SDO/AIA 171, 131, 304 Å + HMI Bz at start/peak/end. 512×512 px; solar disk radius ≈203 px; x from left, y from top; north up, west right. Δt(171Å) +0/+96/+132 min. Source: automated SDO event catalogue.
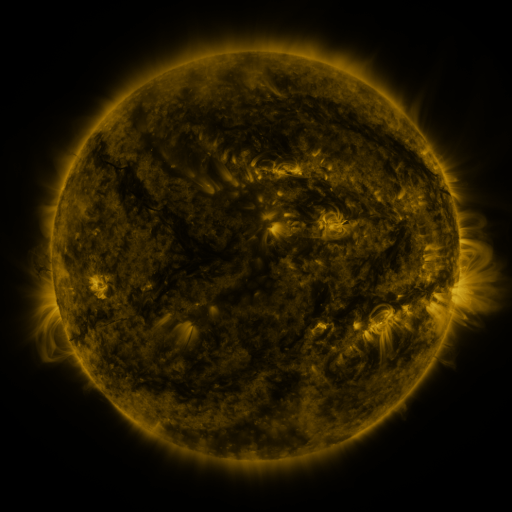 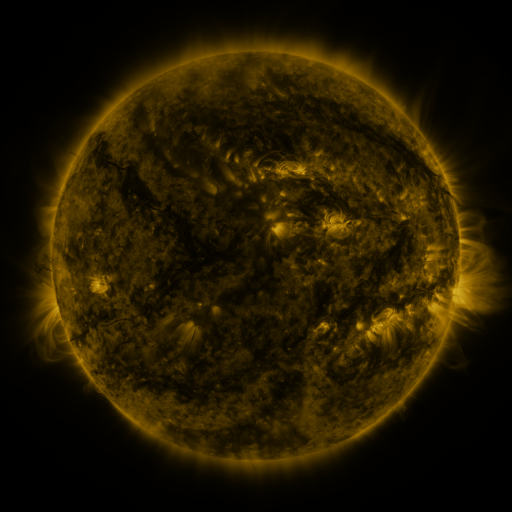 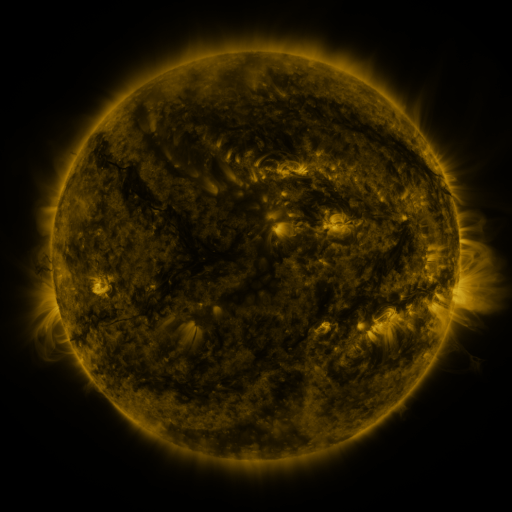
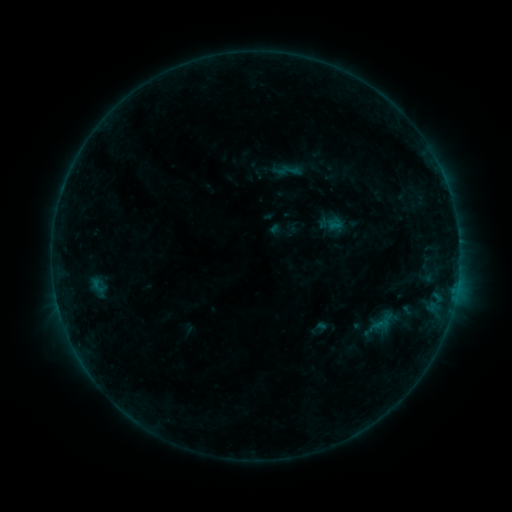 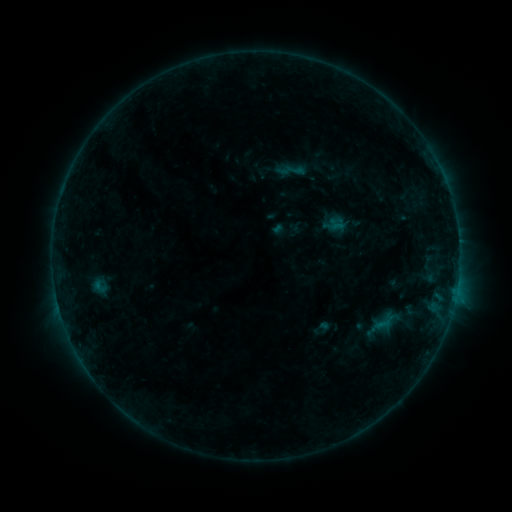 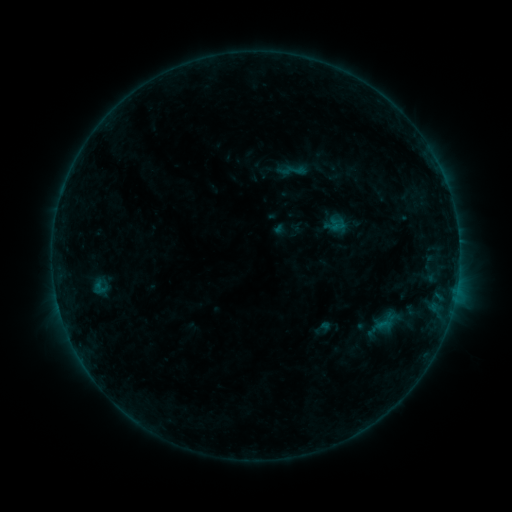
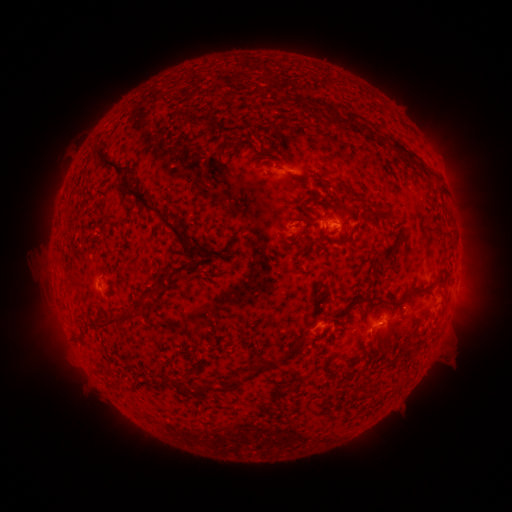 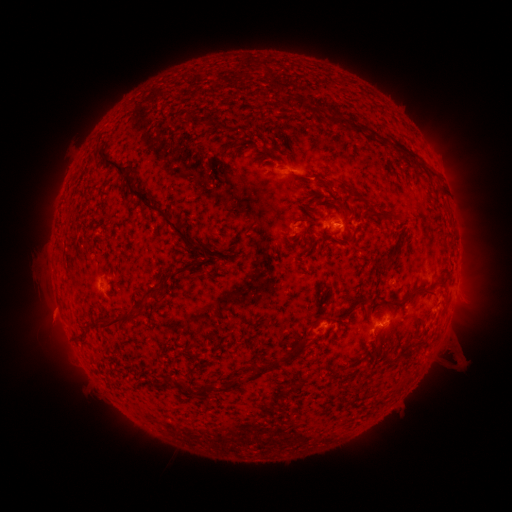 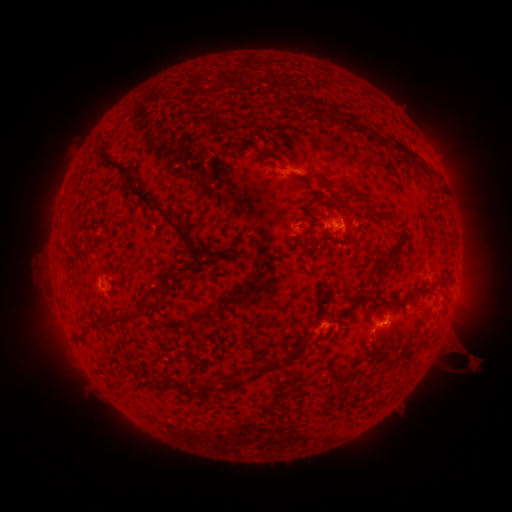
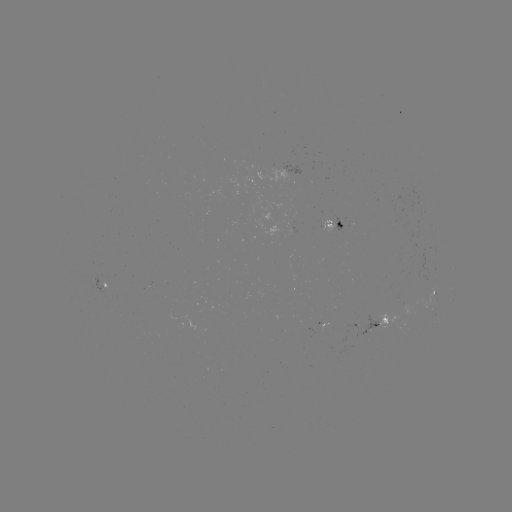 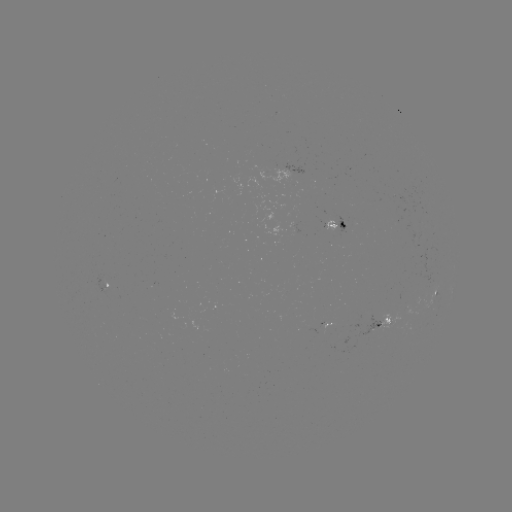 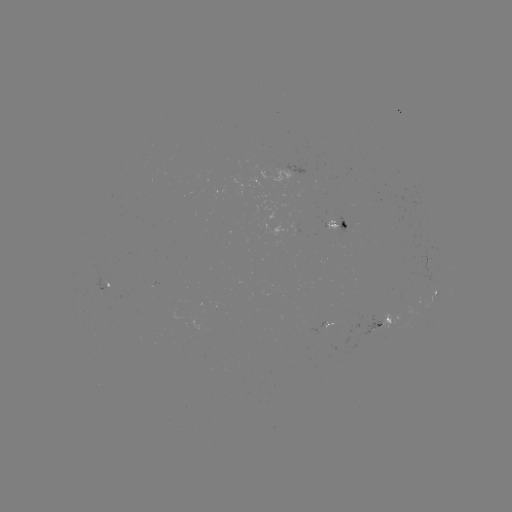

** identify emerging-flux region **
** [325, 223] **